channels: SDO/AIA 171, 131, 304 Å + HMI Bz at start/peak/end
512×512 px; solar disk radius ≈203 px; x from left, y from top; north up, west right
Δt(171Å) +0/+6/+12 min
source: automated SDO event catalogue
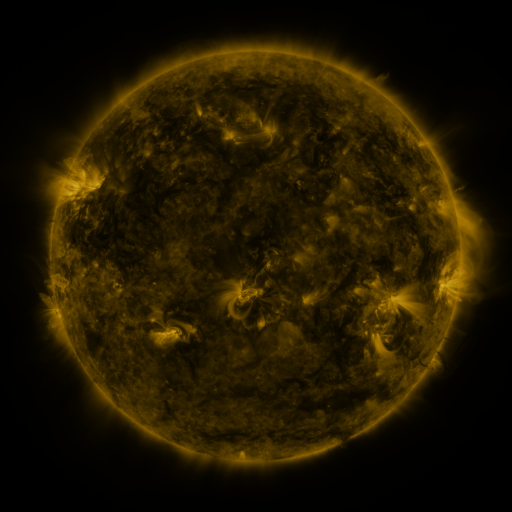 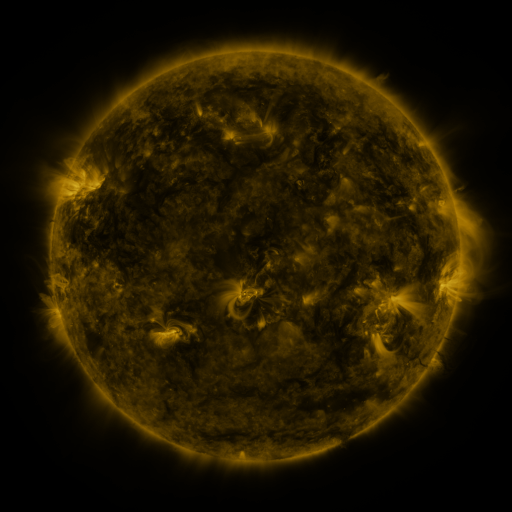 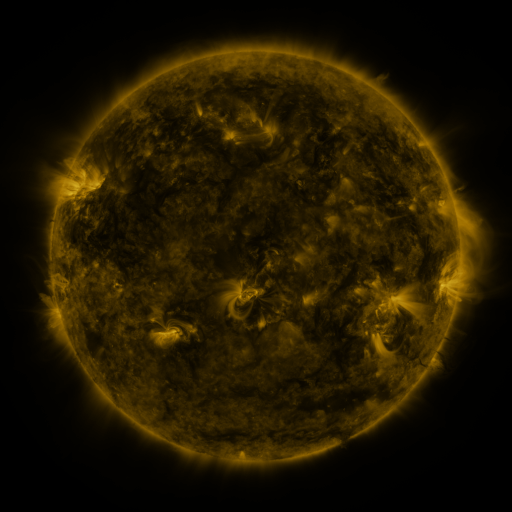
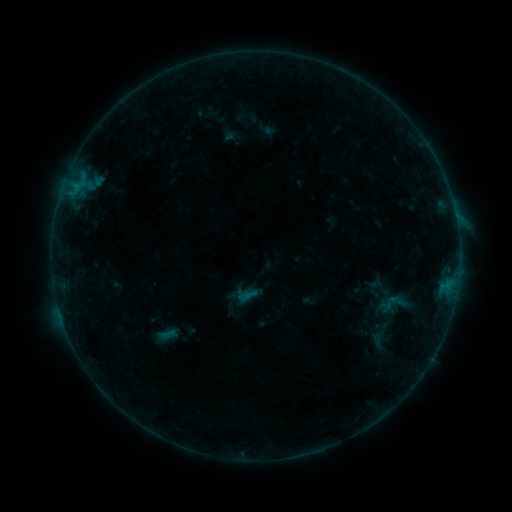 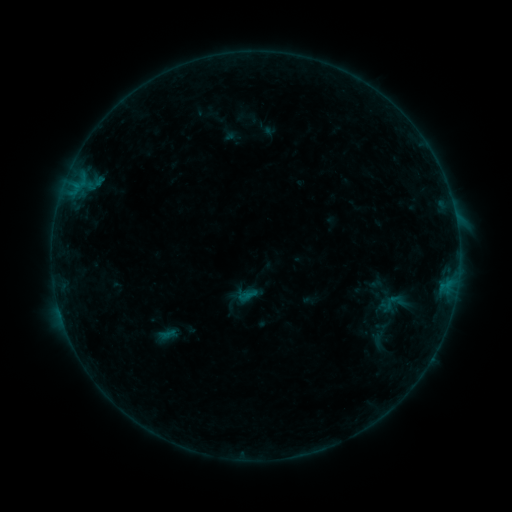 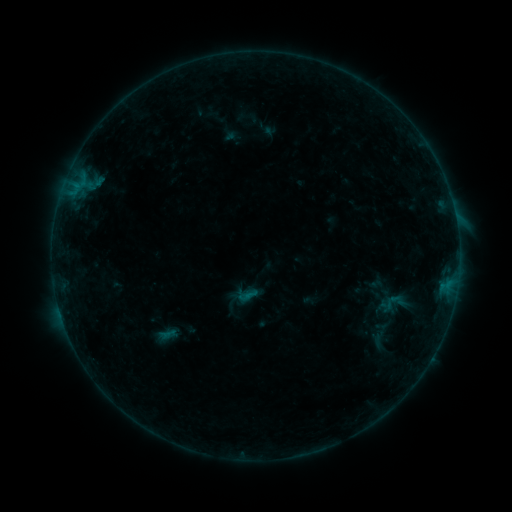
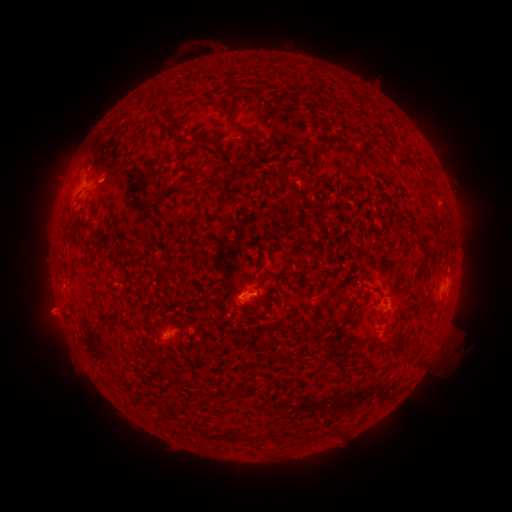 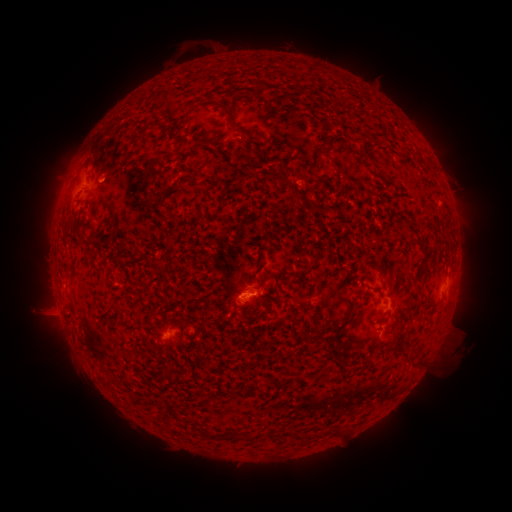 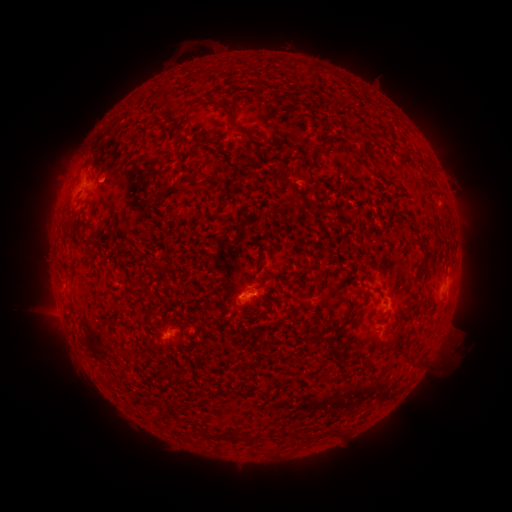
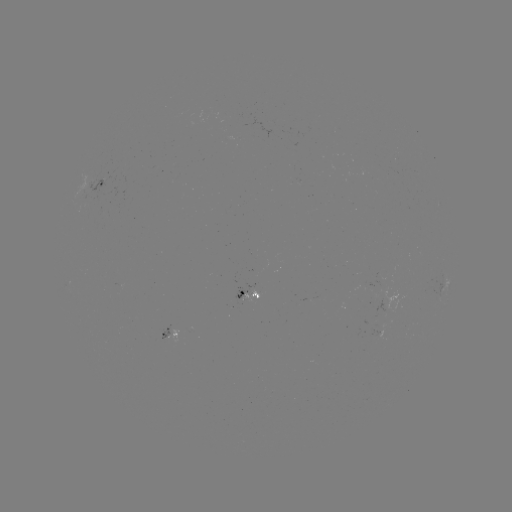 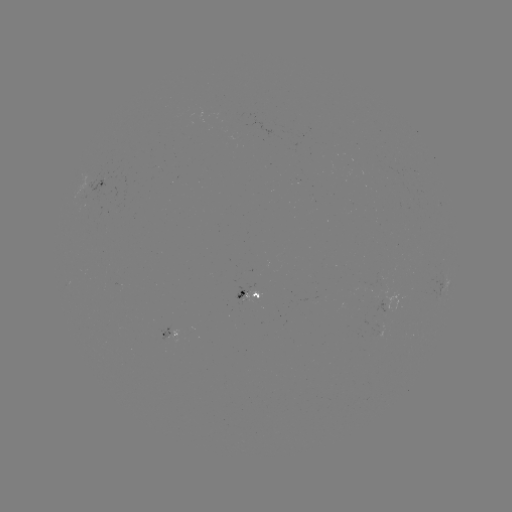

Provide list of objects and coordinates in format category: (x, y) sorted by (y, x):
eruption: (46, 313)
